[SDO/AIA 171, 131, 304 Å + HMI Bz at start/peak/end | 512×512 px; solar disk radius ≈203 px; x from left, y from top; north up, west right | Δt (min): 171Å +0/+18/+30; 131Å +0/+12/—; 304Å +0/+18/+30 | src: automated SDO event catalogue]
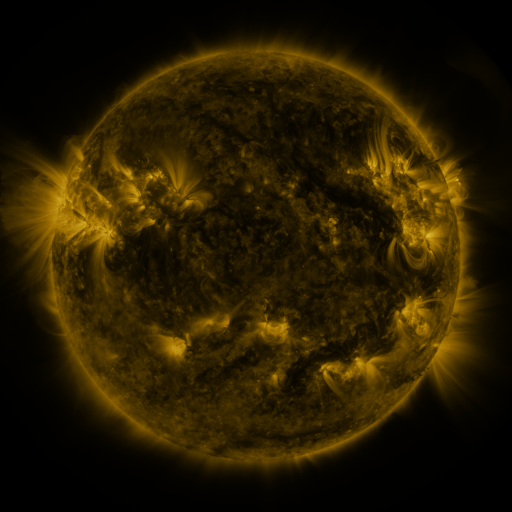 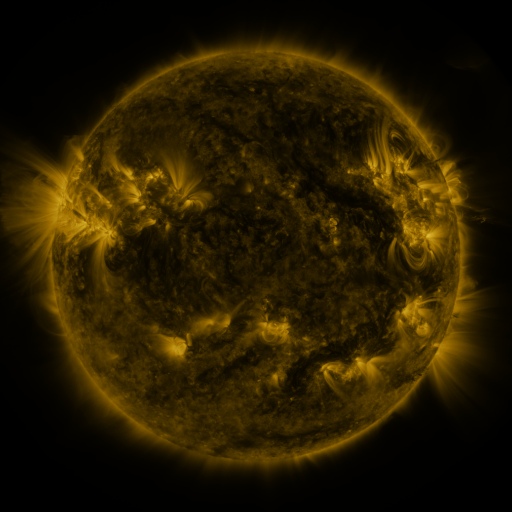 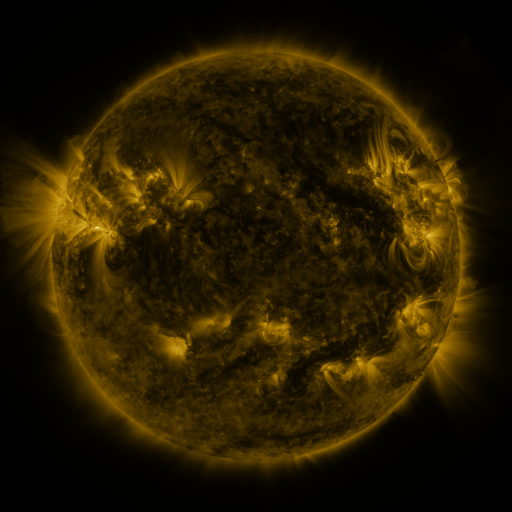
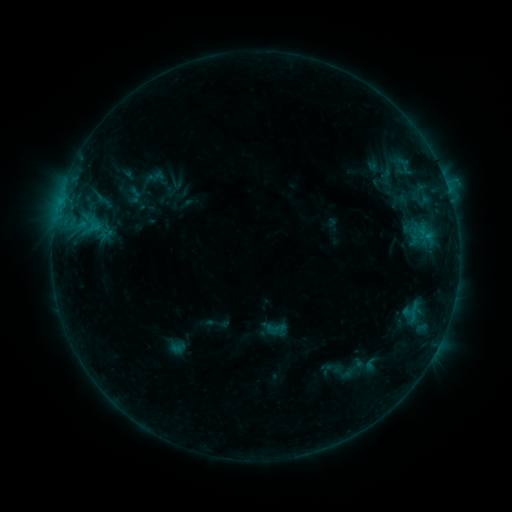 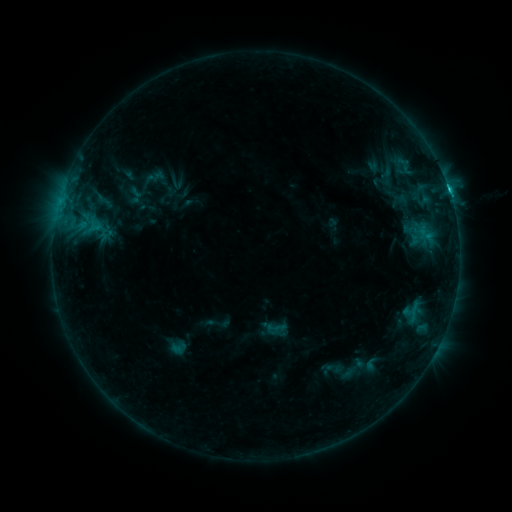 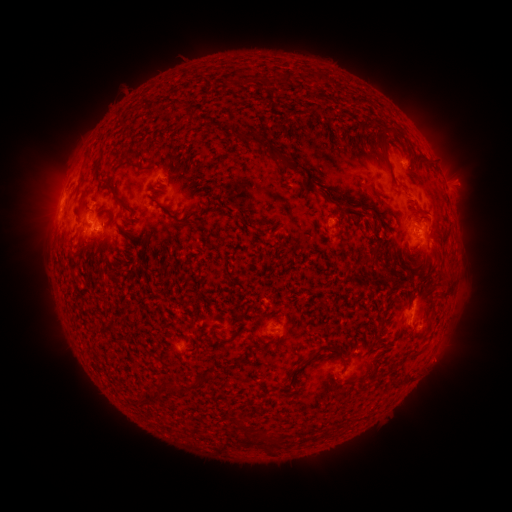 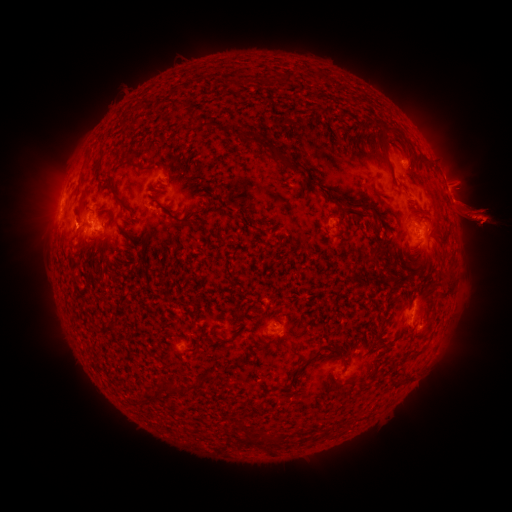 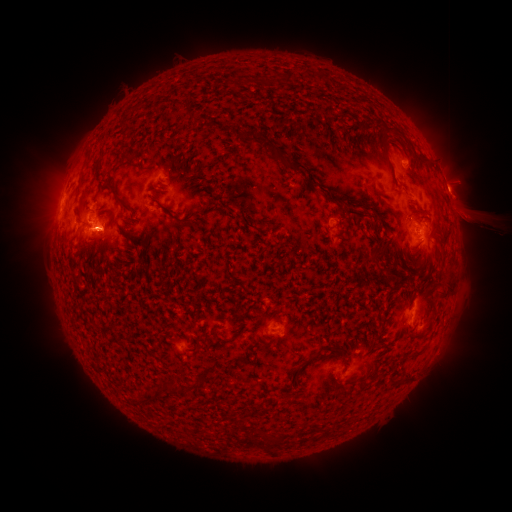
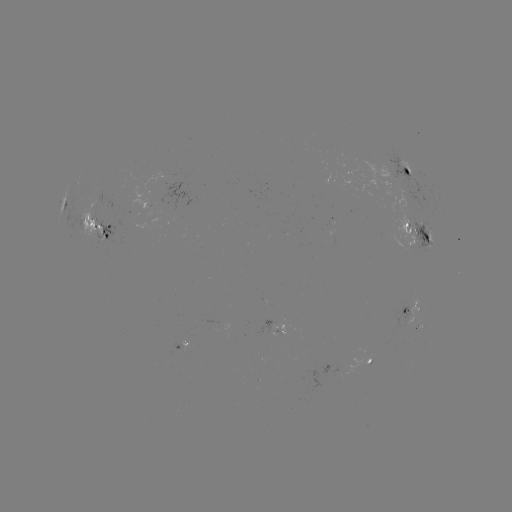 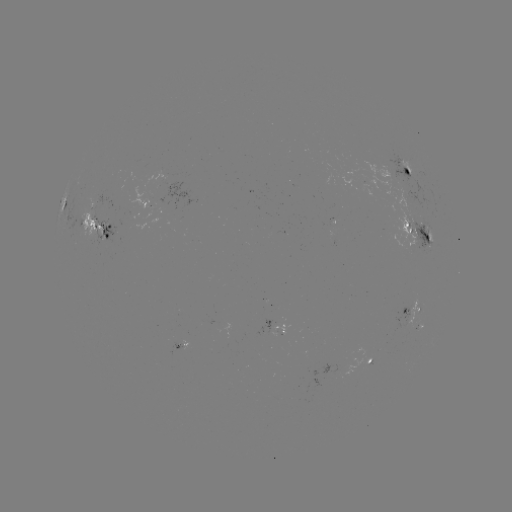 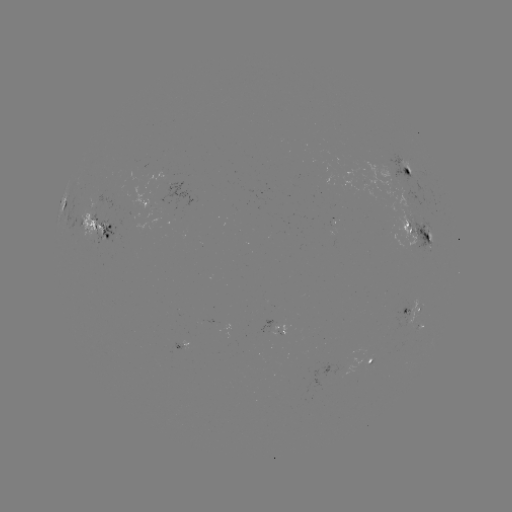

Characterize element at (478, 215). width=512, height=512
eruption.